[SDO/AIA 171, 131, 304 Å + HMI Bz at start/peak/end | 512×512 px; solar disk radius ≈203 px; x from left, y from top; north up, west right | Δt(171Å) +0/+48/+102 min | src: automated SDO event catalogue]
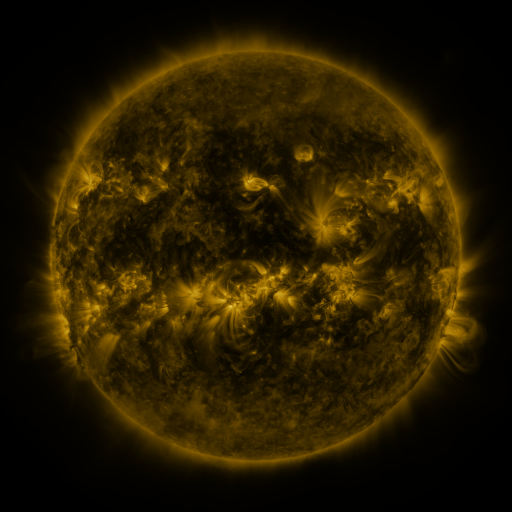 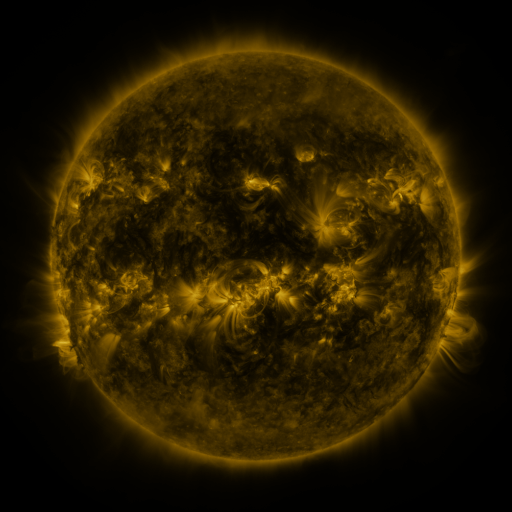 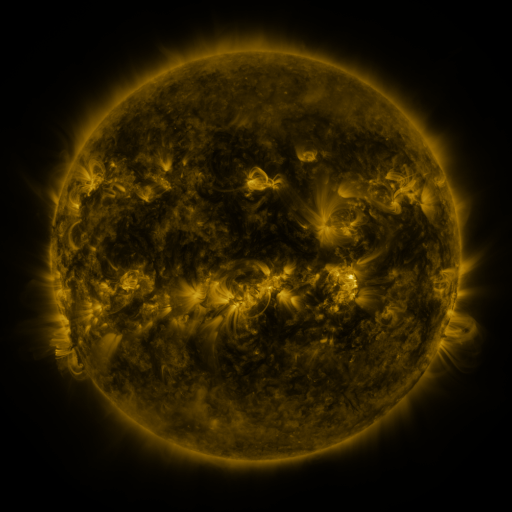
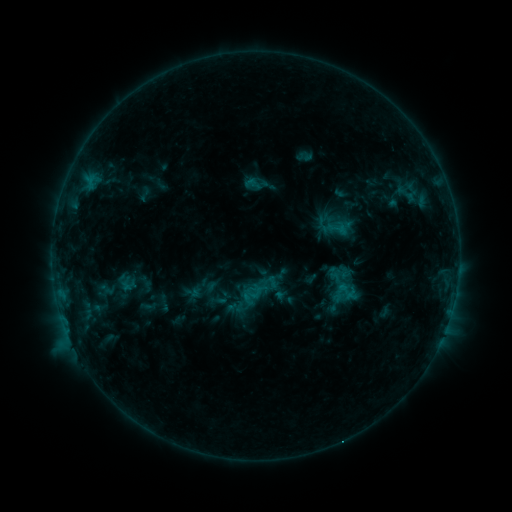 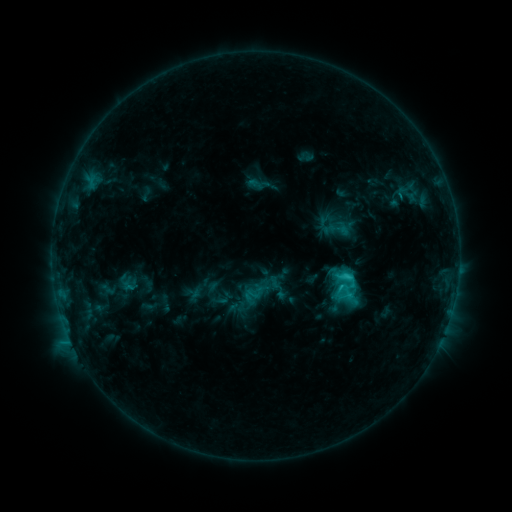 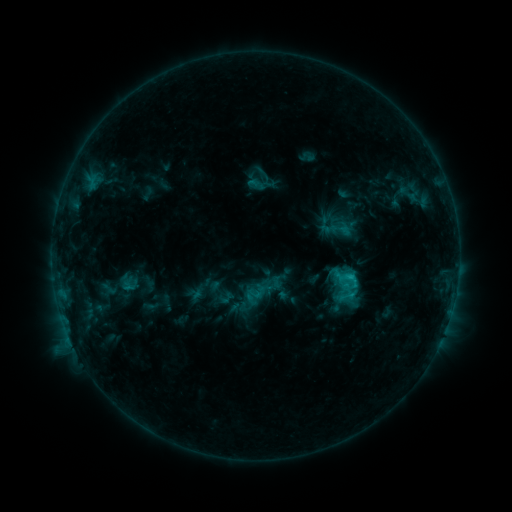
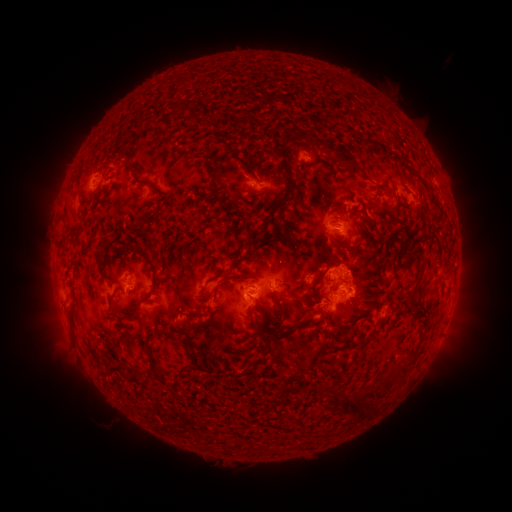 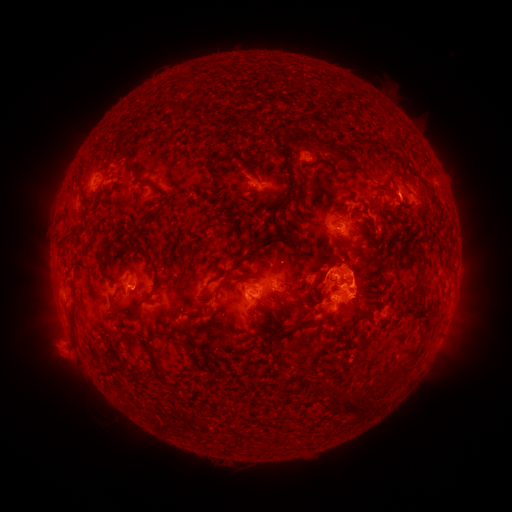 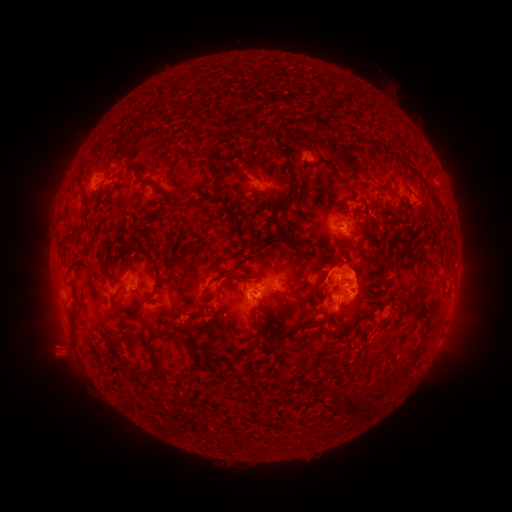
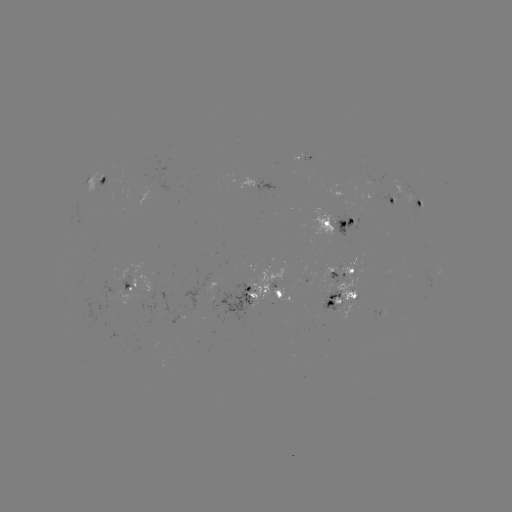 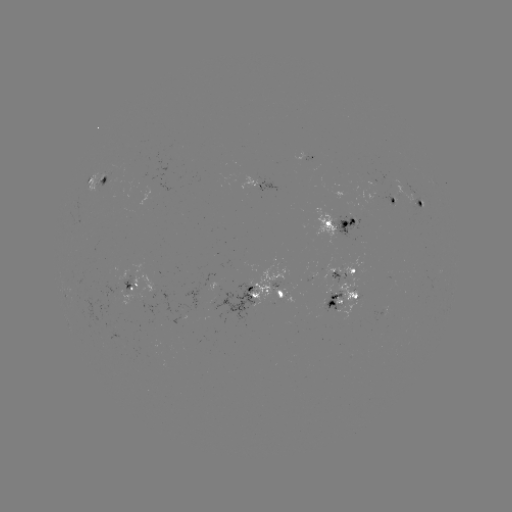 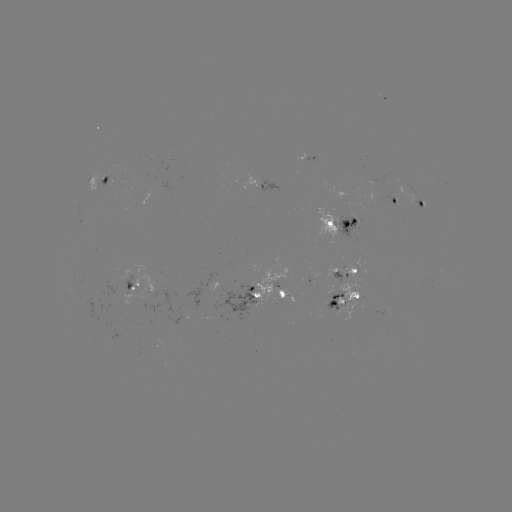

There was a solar flare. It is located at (347, 274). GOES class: C3.2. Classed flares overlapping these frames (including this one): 1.